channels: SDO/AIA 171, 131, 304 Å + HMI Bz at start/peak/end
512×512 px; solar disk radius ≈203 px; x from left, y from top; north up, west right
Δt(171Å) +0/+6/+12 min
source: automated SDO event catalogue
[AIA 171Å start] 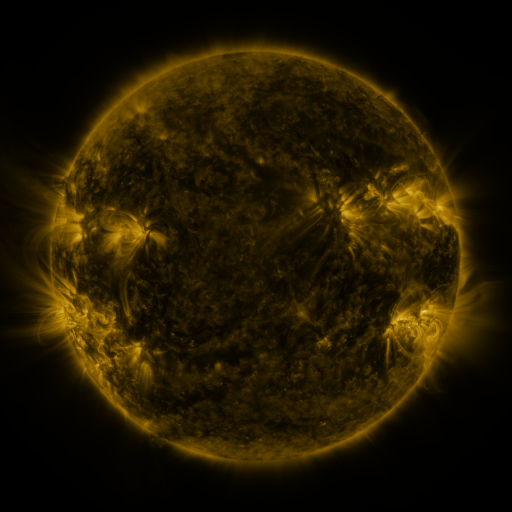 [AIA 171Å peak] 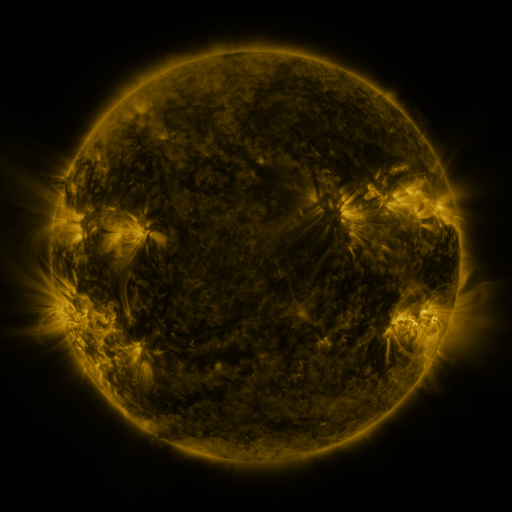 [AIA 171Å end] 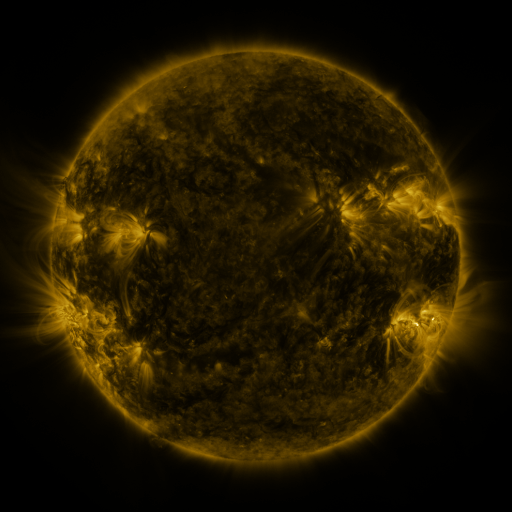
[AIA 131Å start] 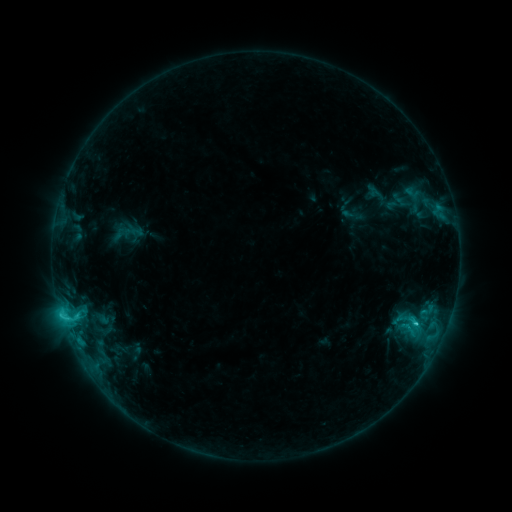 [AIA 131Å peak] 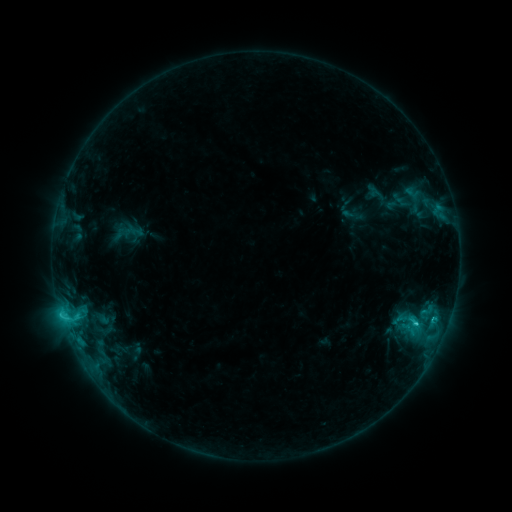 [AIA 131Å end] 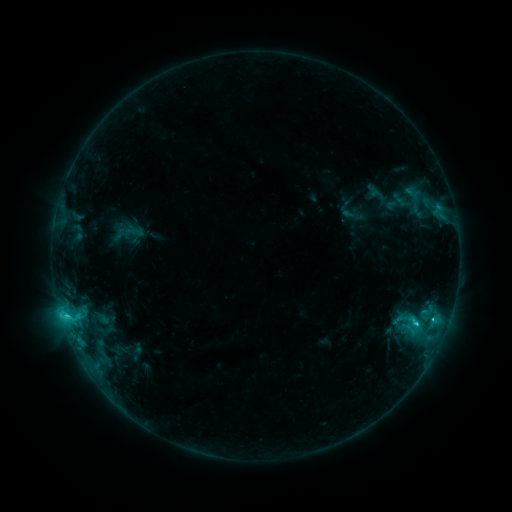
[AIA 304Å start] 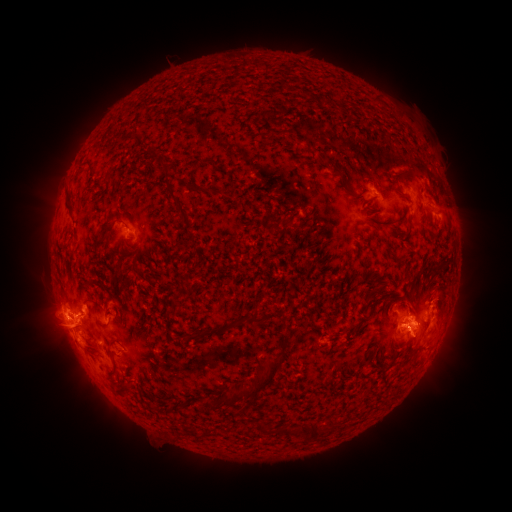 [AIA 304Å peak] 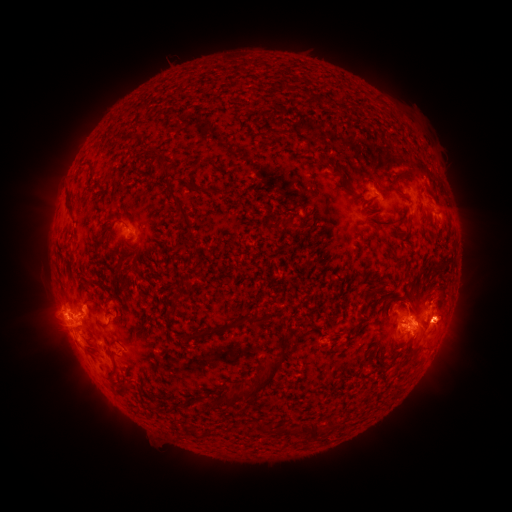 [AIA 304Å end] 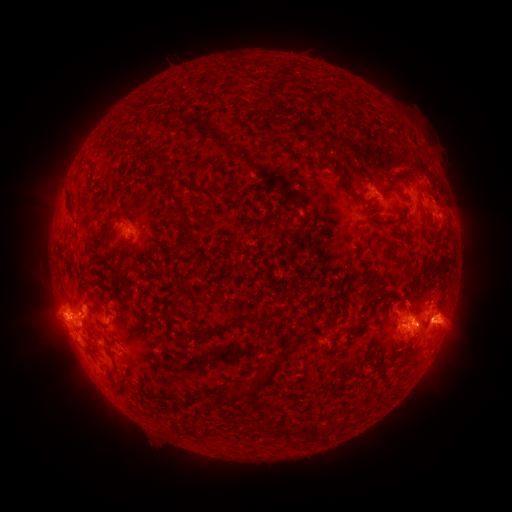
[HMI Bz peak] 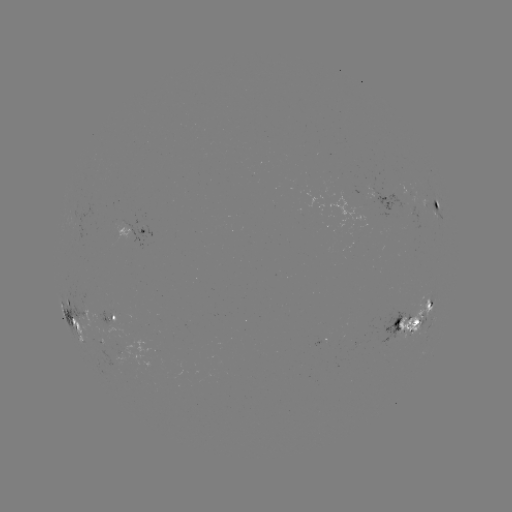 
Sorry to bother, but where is eruption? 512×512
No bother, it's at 453,323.